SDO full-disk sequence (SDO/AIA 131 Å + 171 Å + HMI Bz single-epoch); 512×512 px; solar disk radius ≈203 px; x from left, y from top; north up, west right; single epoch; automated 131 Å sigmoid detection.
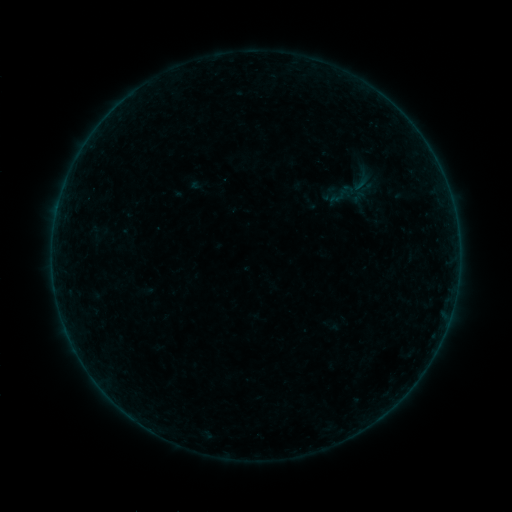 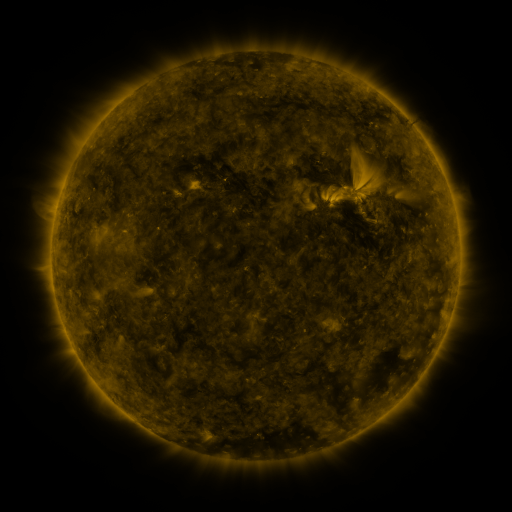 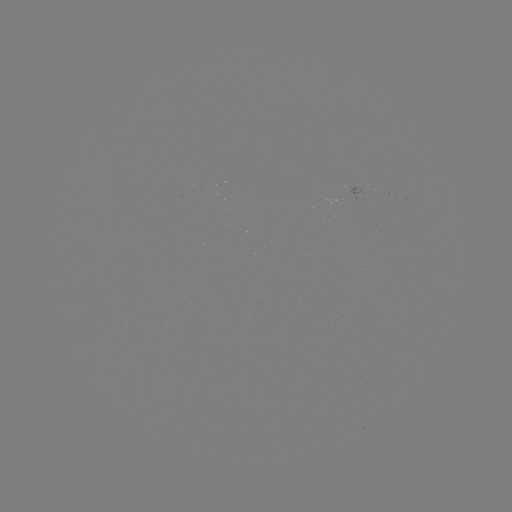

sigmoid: (326, 179, 359, 209)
